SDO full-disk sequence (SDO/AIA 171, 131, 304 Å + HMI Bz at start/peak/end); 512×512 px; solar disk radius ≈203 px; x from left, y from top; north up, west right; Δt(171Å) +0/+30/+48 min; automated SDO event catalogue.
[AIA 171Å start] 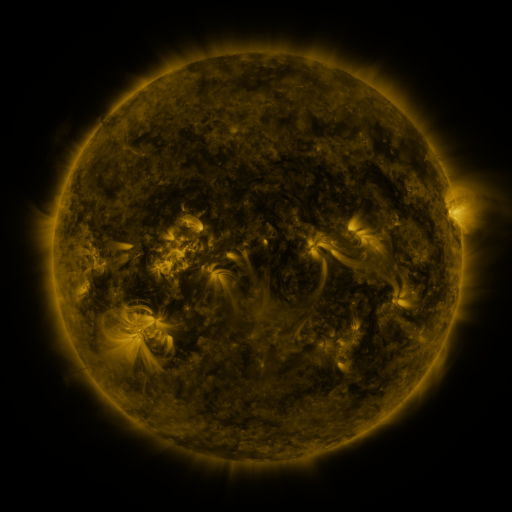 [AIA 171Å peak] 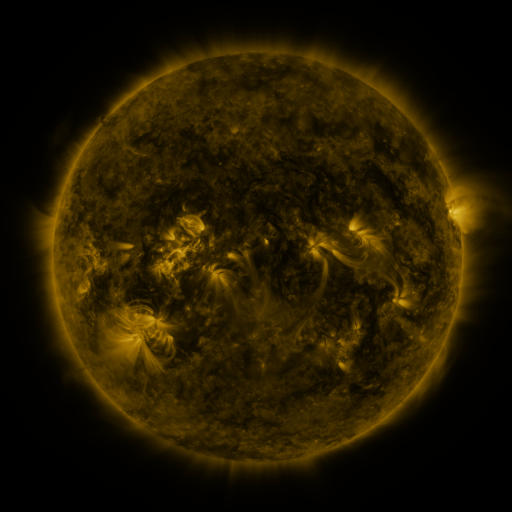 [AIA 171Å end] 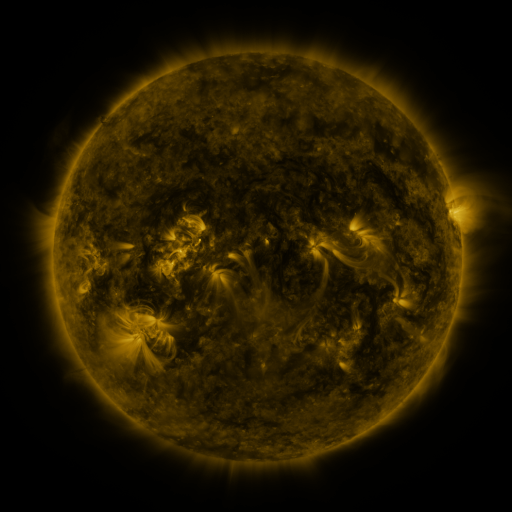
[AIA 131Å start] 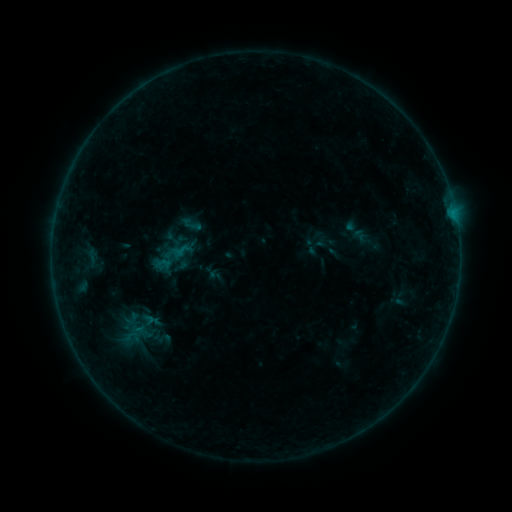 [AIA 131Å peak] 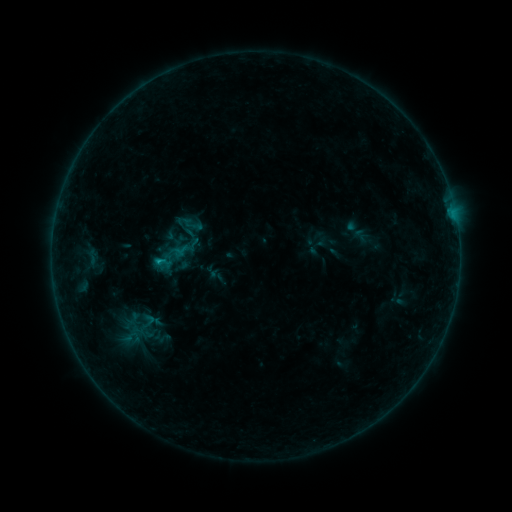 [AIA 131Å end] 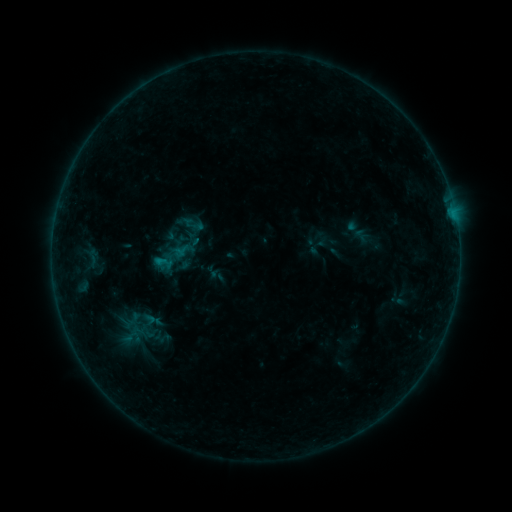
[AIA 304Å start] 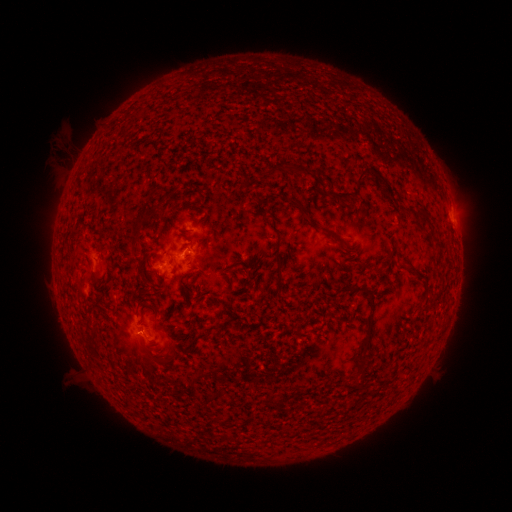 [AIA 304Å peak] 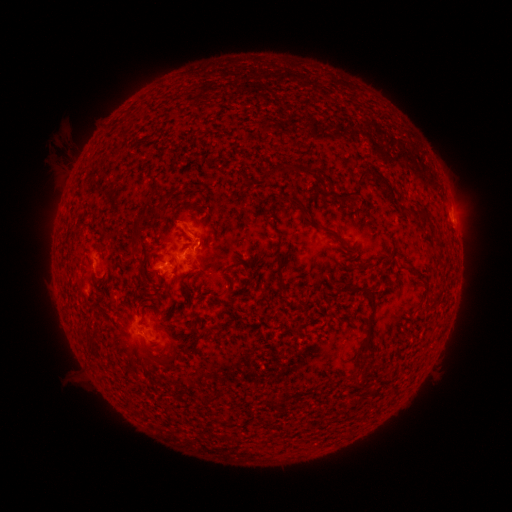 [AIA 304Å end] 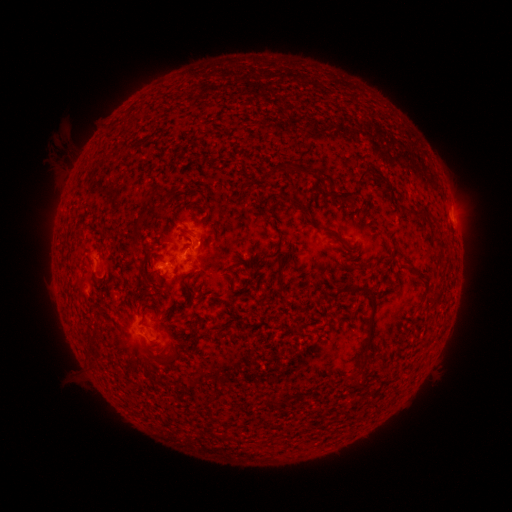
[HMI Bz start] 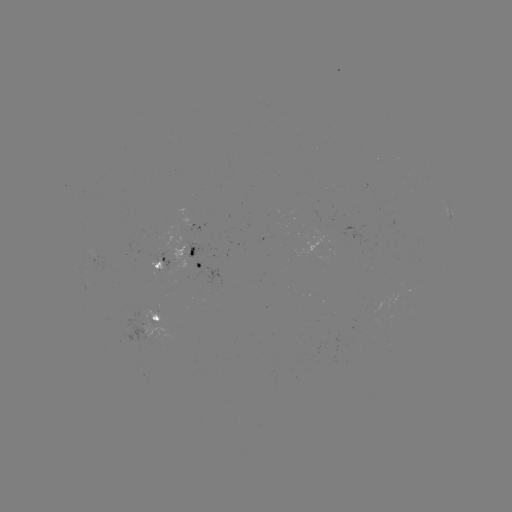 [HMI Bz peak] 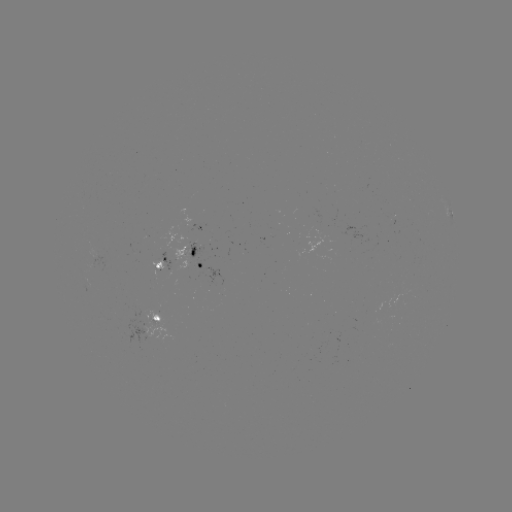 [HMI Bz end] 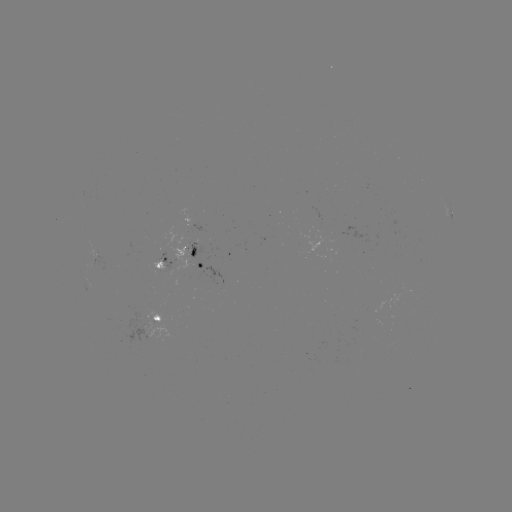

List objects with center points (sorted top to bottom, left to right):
B4.8 flare: (160, 265)
